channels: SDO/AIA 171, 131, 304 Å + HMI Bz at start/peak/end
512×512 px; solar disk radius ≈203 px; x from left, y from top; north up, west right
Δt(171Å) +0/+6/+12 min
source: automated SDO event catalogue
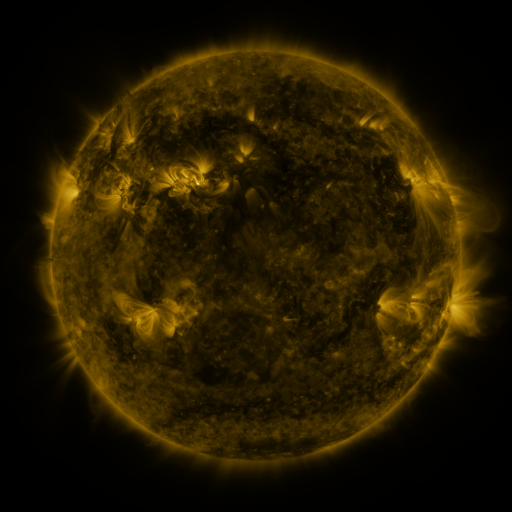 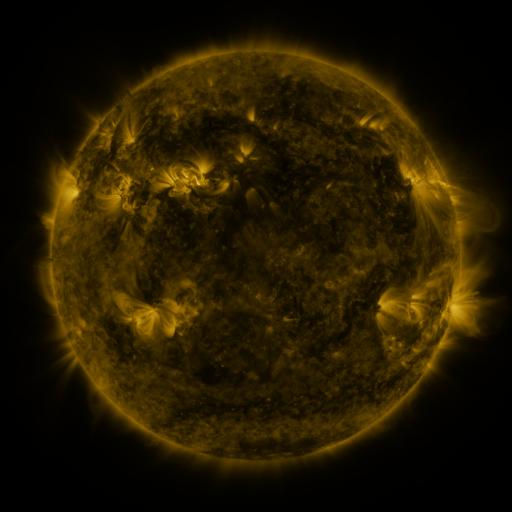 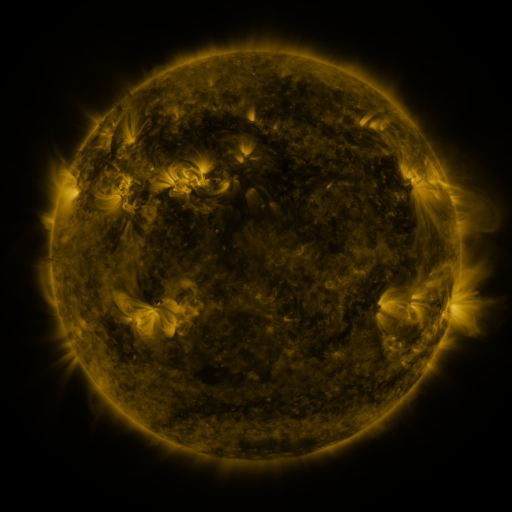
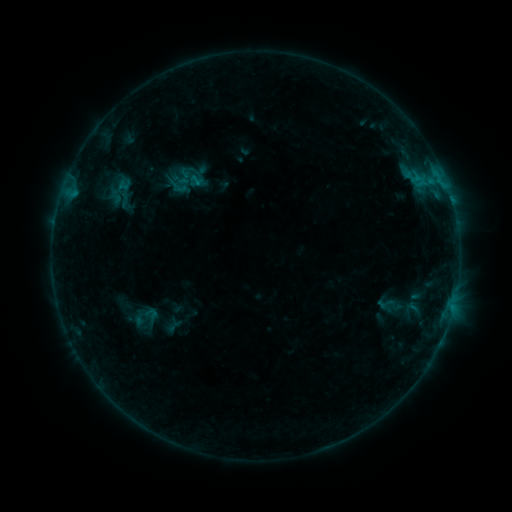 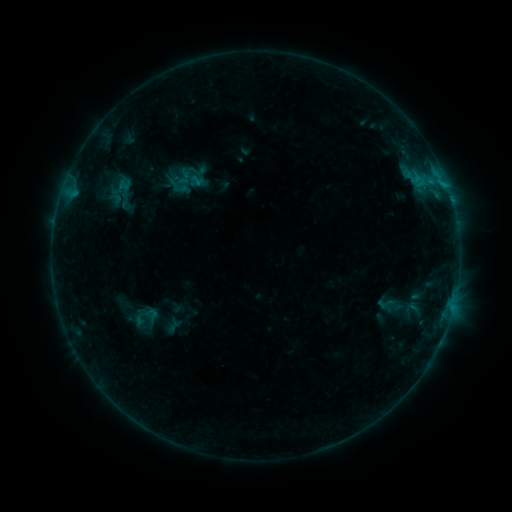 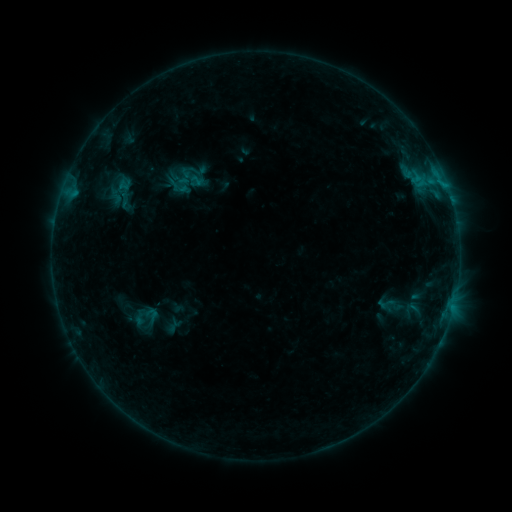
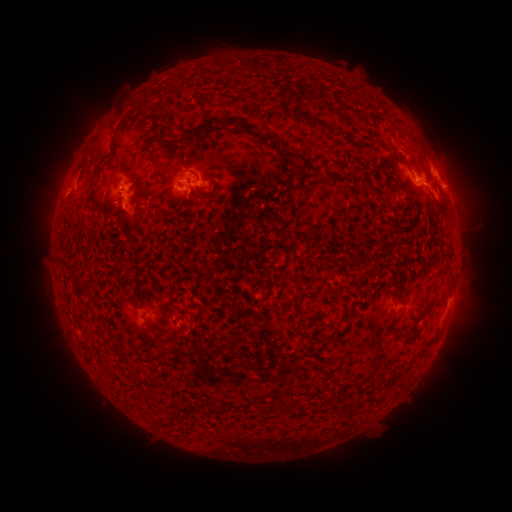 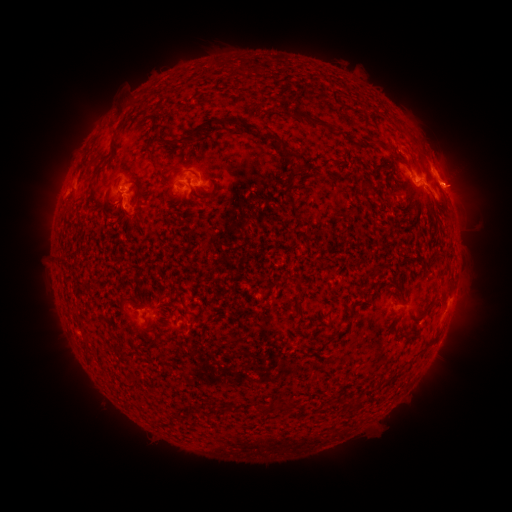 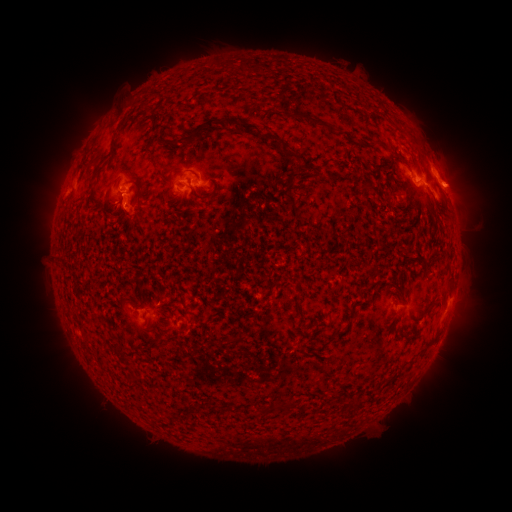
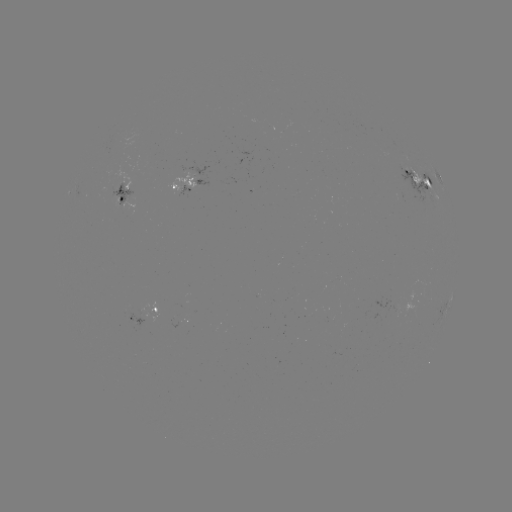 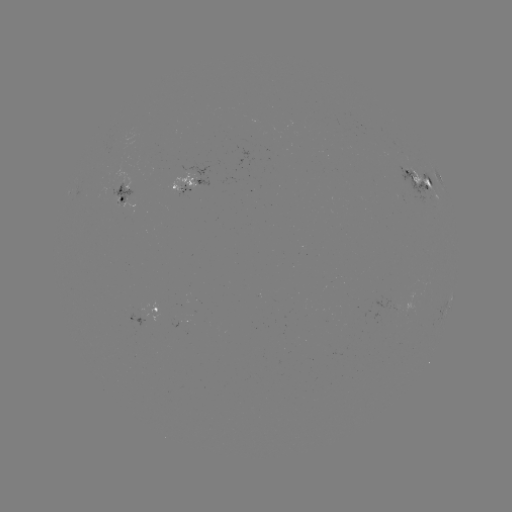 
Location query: eruption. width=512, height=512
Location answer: (455, 181).